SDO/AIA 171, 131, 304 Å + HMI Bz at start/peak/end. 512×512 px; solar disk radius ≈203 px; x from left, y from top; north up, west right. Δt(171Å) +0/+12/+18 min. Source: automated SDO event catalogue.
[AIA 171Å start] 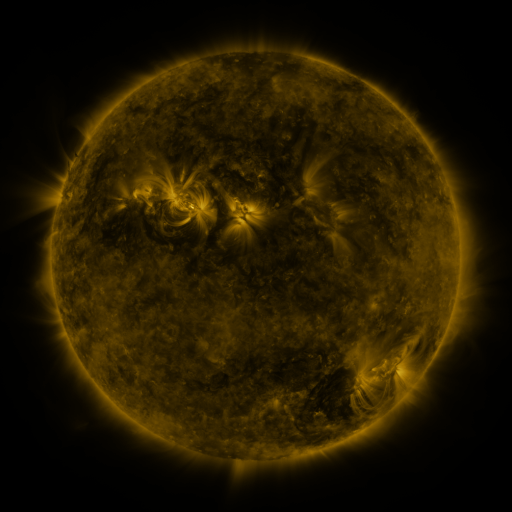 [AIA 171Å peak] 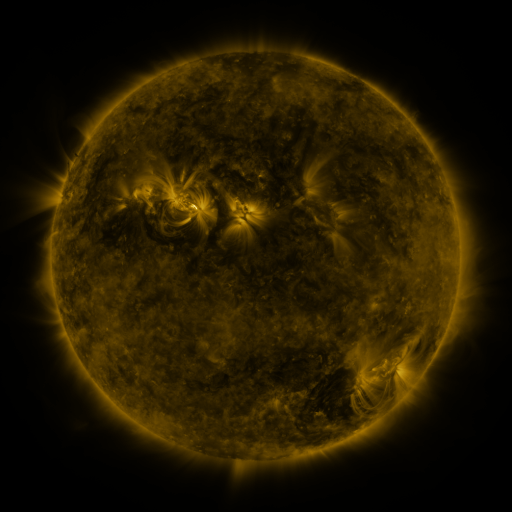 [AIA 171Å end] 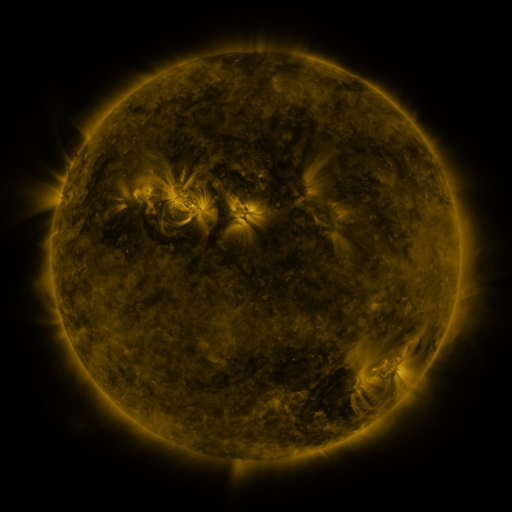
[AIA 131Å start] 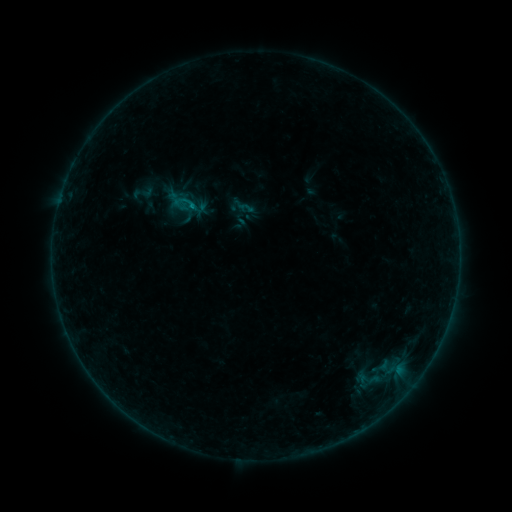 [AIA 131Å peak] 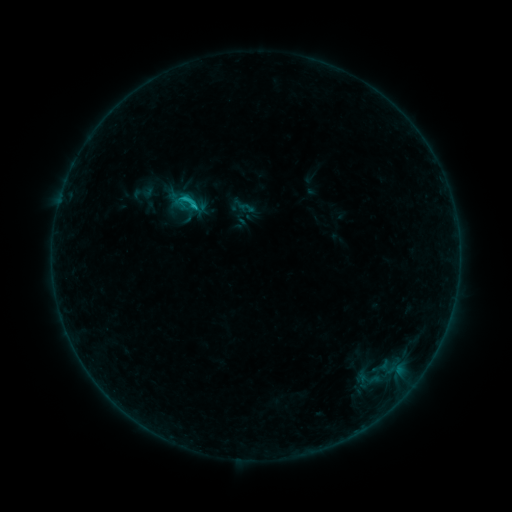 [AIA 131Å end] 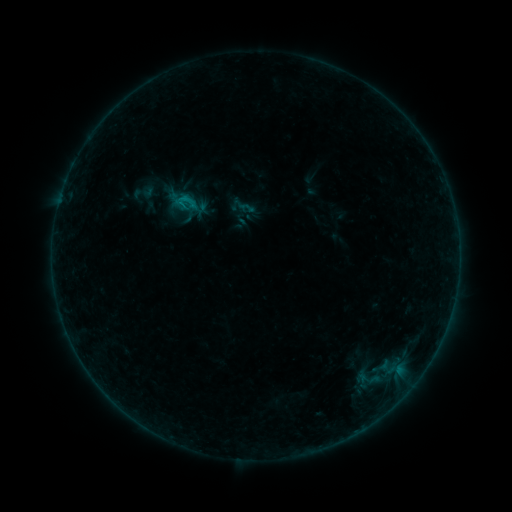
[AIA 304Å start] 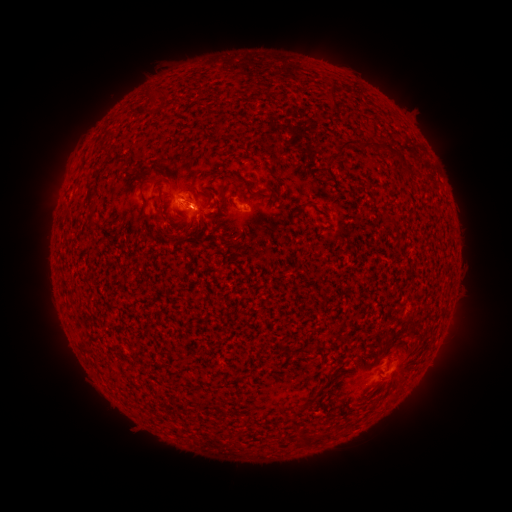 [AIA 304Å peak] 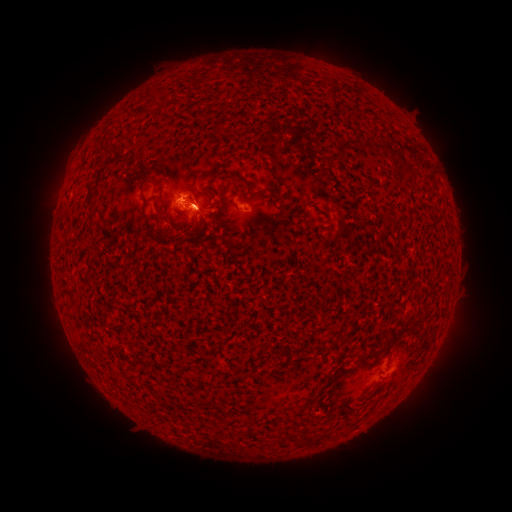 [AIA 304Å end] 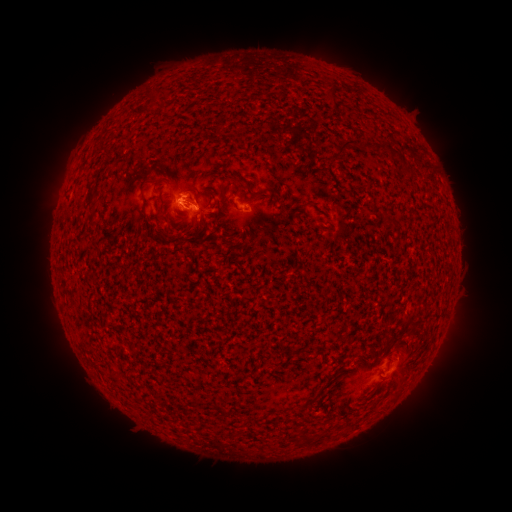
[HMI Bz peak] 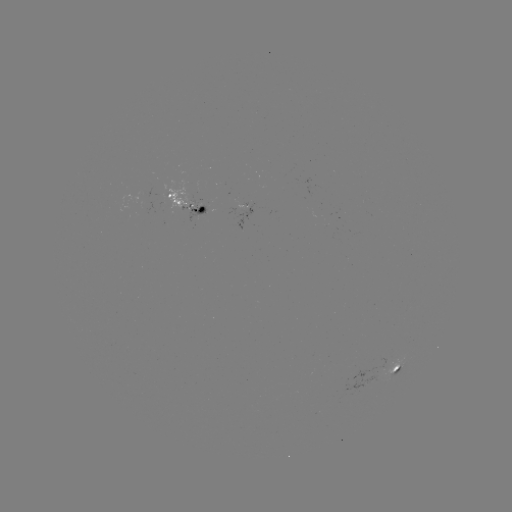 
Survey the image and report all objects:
B7.3 flare: (193, 208)
